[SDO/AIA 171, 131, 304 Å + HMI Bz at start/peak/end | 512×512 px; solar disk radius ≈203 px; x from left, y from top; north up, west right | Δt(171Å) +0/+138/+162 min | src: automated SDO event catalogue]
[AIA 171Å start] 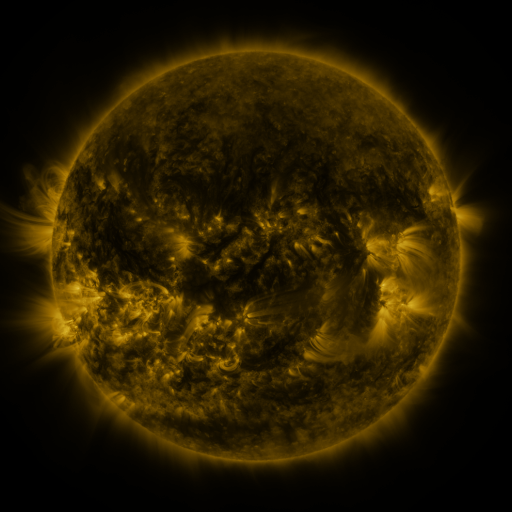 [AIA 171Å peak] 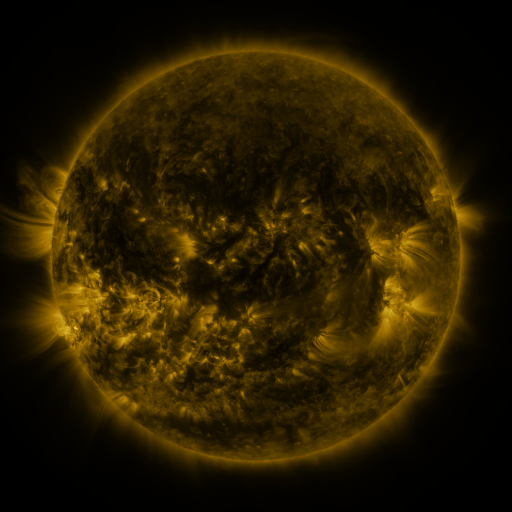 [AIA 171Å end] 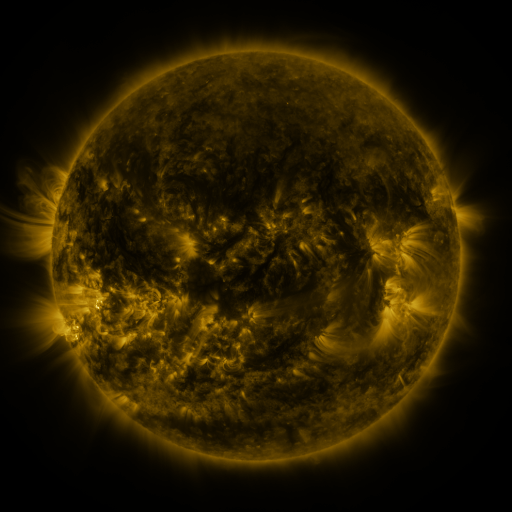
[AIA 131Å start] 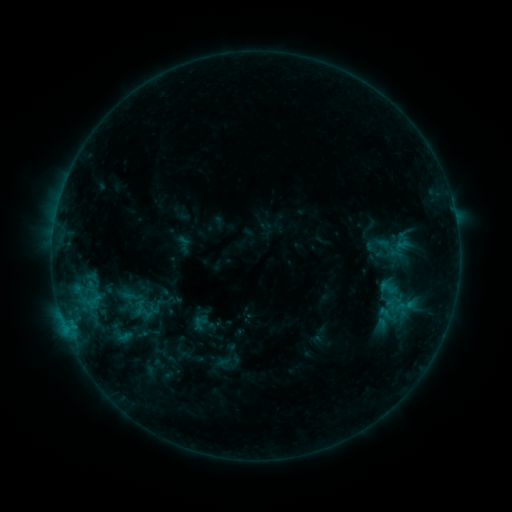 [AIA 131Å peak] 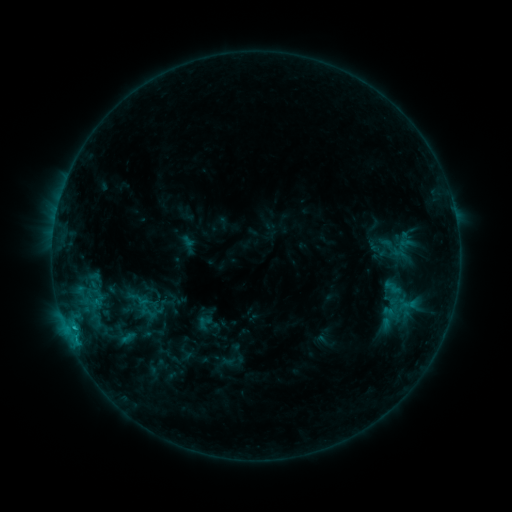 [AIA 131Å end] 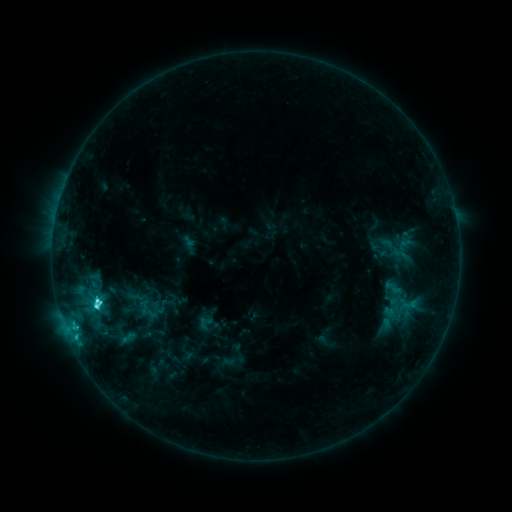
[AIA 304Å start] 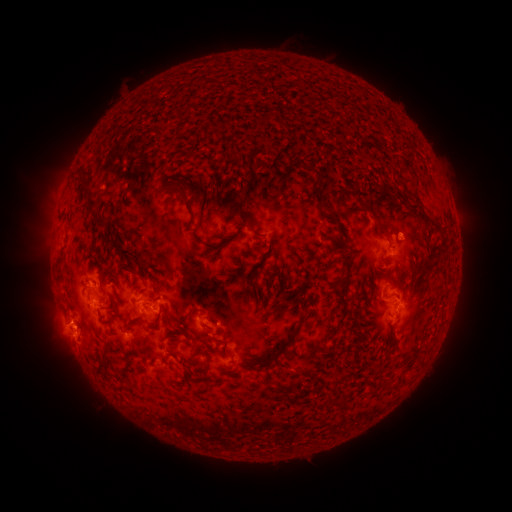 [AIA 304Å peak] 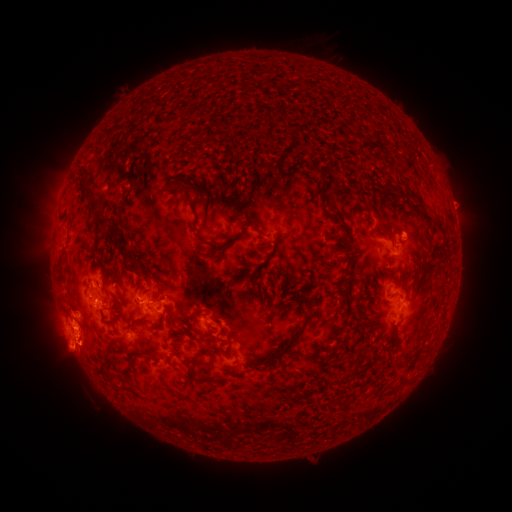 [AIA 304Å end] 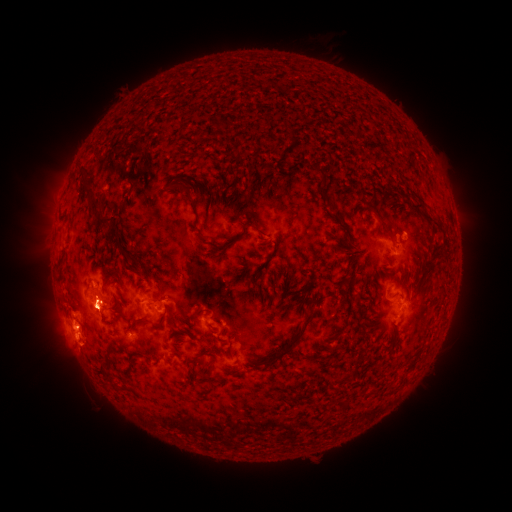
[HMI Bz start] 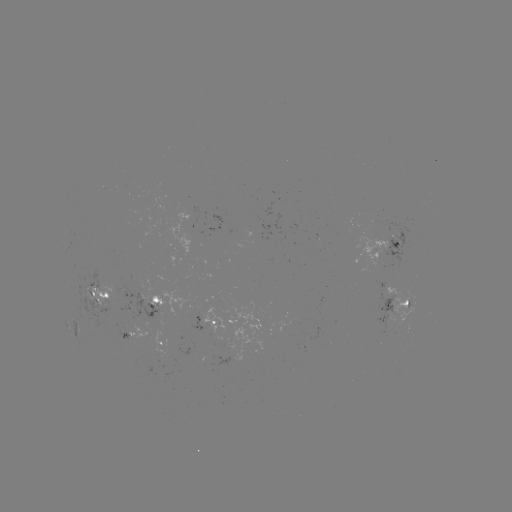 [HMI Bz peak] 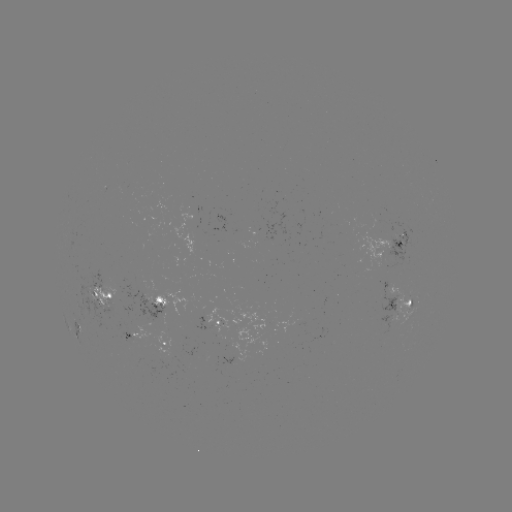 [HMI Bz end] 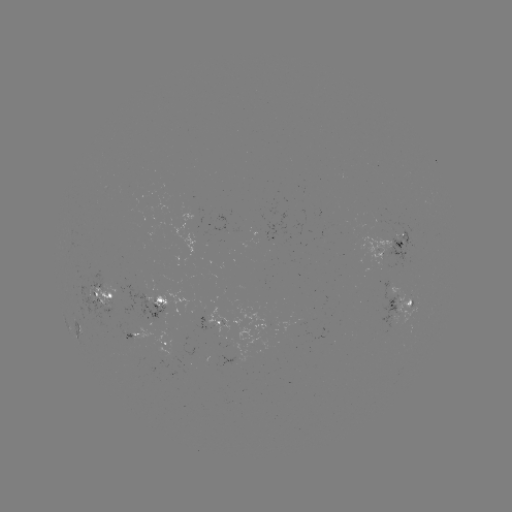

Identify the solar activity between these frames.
emerging-flux region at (92, 295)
